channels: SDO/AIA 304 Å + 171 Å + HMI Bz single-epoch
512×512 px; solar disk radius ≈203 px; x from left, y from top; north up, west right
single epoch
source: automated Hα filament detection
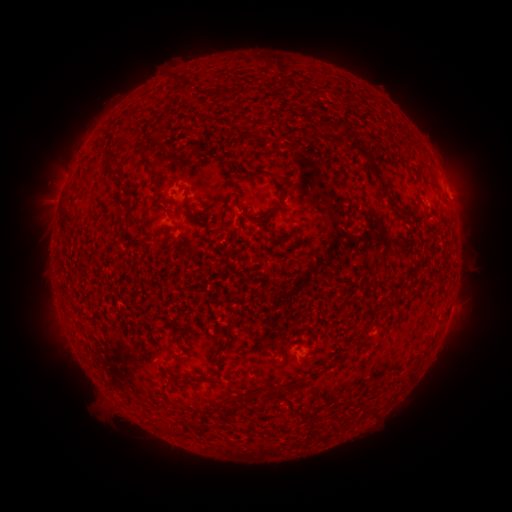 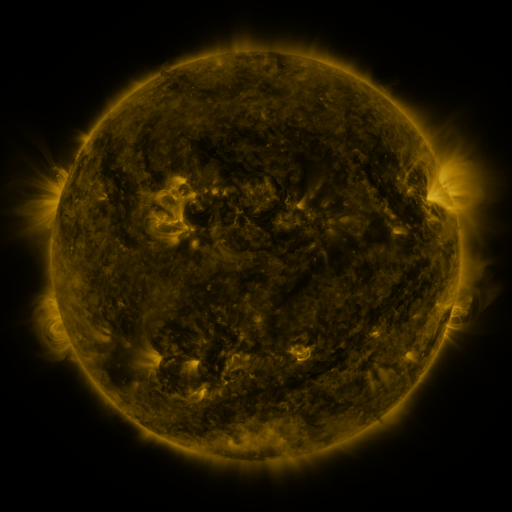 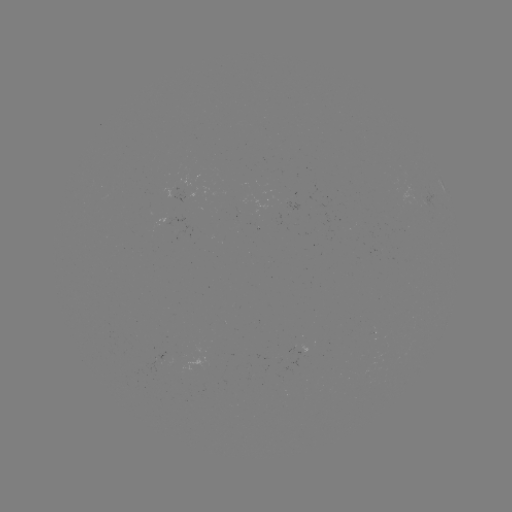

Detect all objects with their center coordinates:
filament: (282, 128, 296, 140)
filament: (348, 143, 392, 200)
filament: (104, 147, 114, 157)
filament: (141, 151, 150, 163)
filament: (259, 171, 271, 178)
filament: (274, 179, 288, 203)
filament: (235, 196, 253, 219)
filament: (183, 197, 191, 212)
filament: (62, 205, 79, 221)
filament: (260, 212, 271, 222)
filament: (272, 237, 284, 247)
filament: (361, 324, 367, 334)
filament: (218, 337, 233, 352)
filament: (310, 345, 318, 355)
filament: (200, 376, 212, 383)
filament: (265, 389, 273, 399)
